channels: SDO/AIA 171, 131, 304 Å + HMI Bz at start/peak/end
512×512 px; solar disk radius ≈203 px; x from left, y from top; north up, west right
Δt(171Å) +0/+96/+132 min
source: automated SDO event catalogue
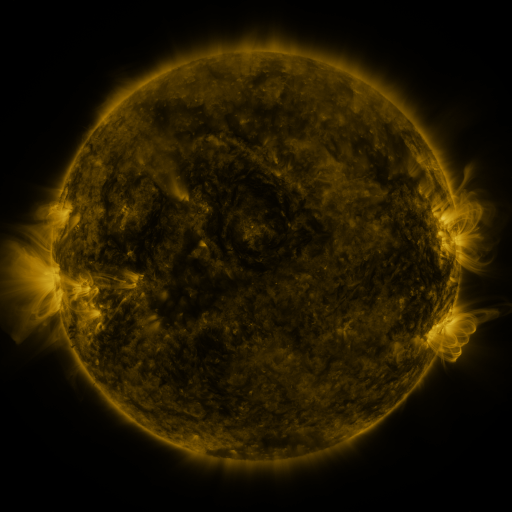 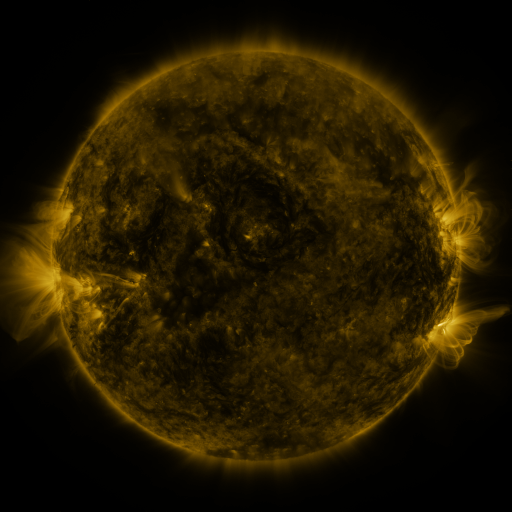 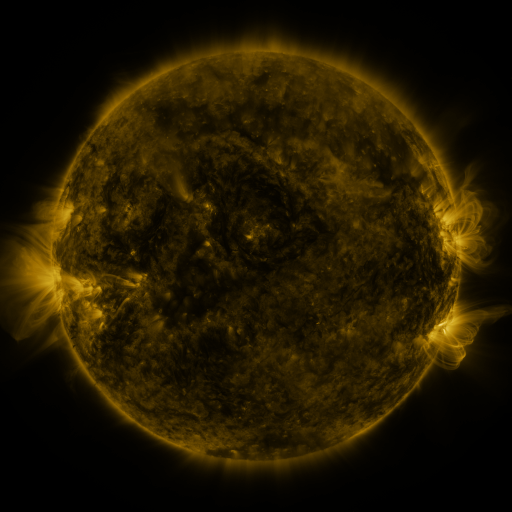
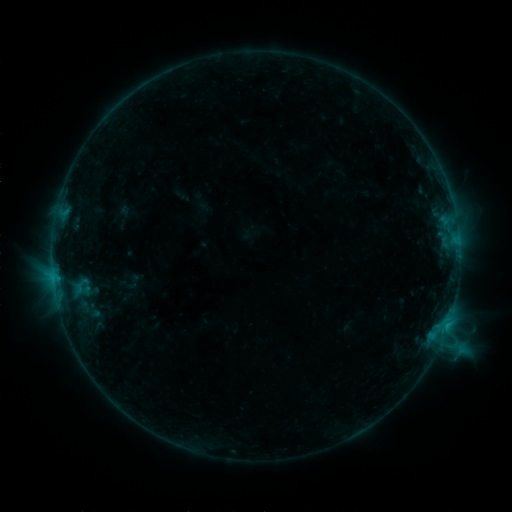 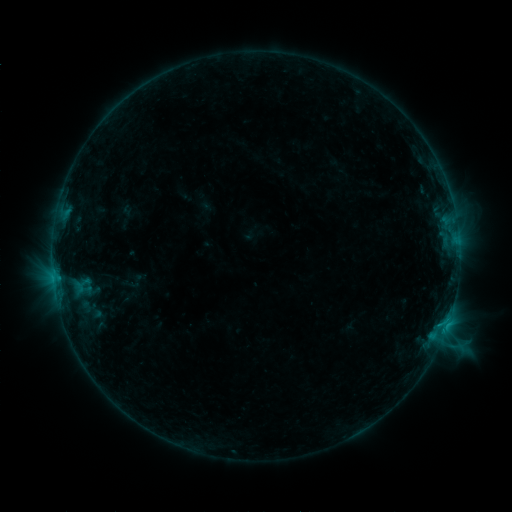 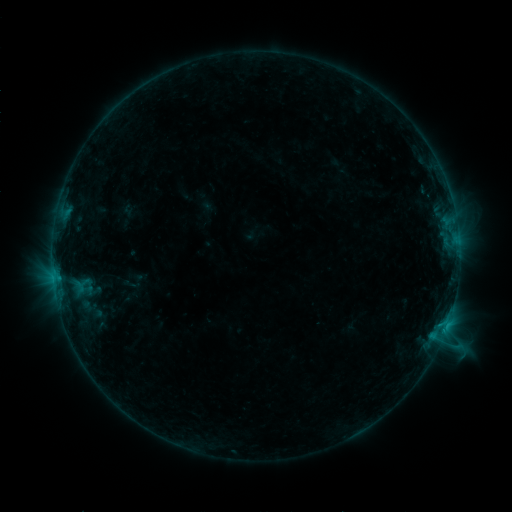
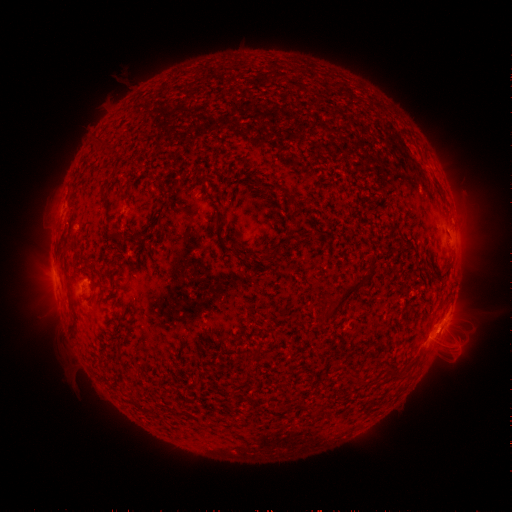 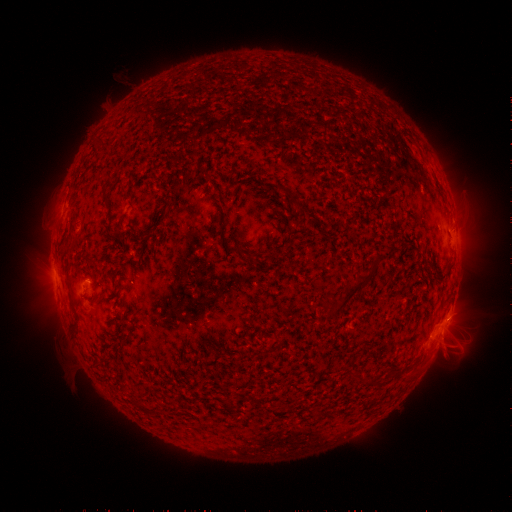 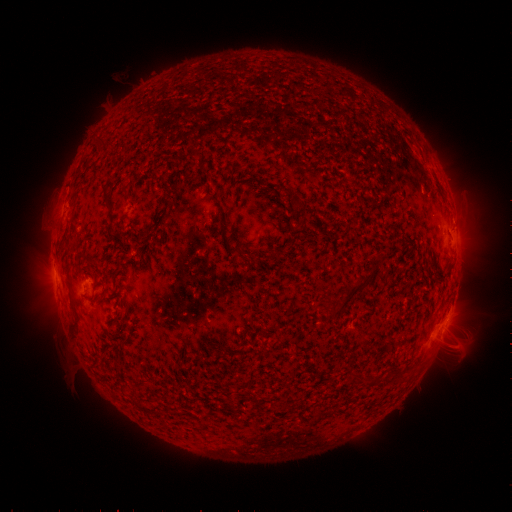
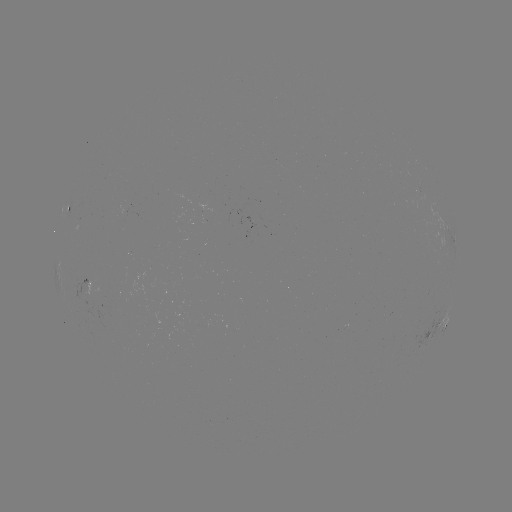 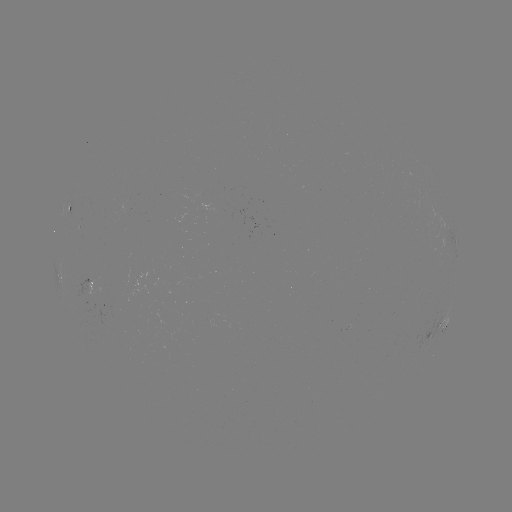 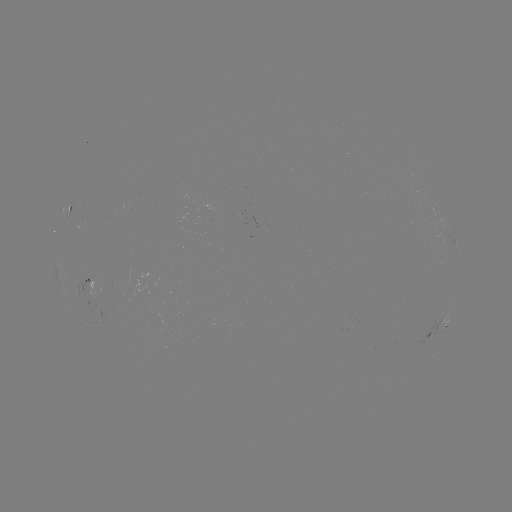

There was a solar emerging-flux region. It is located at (92, 296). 